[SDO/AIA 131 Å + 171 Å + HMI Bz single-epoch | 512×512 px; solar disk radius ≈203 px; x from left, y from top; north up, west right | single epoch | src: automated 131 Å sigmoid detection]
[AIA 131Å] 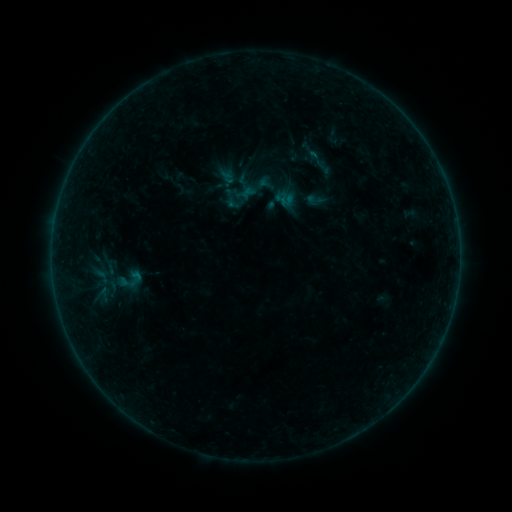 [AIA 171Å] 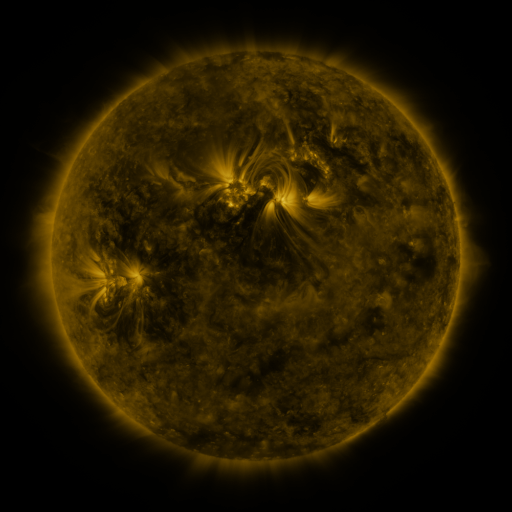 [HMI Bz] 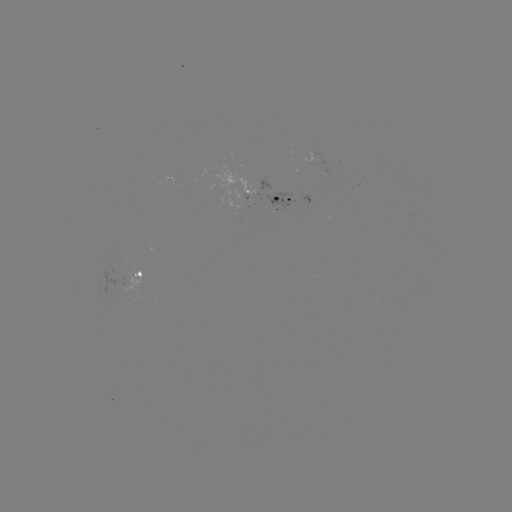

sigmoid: (305, 189, 324, 207)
